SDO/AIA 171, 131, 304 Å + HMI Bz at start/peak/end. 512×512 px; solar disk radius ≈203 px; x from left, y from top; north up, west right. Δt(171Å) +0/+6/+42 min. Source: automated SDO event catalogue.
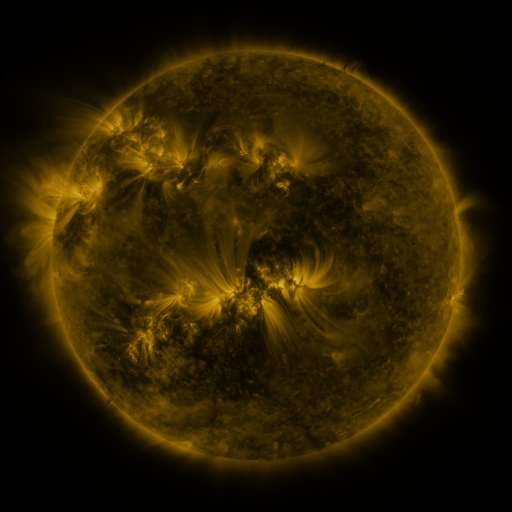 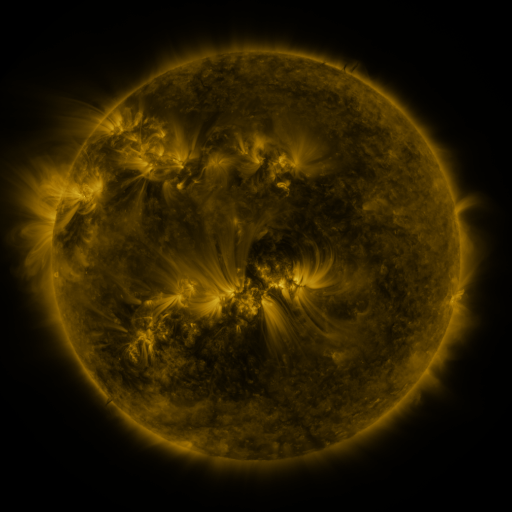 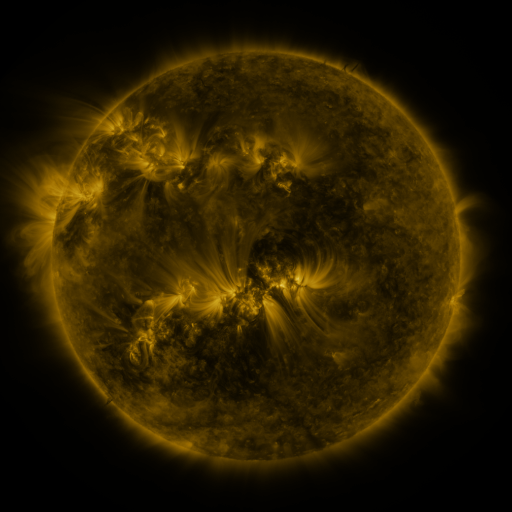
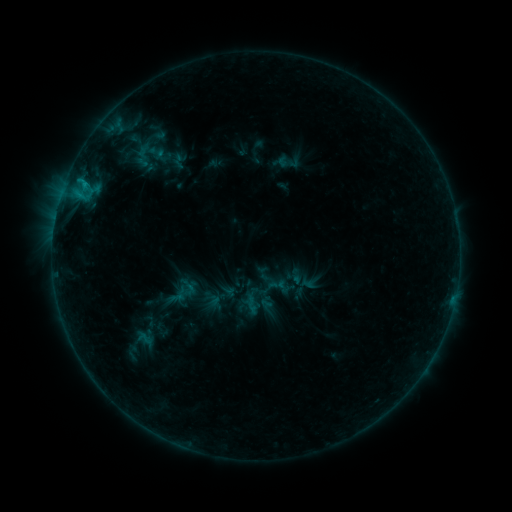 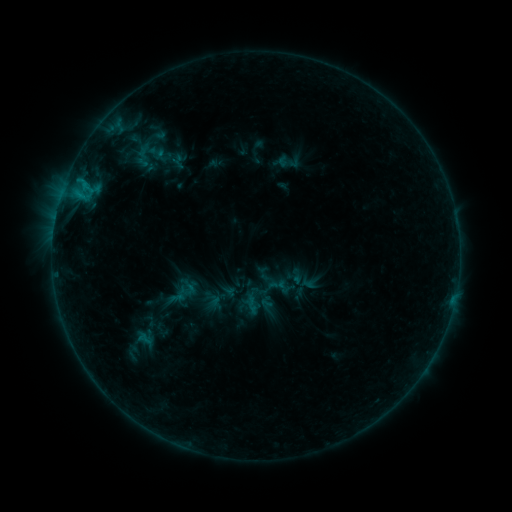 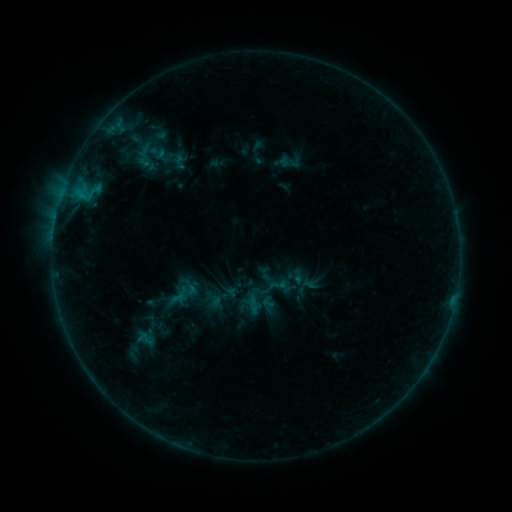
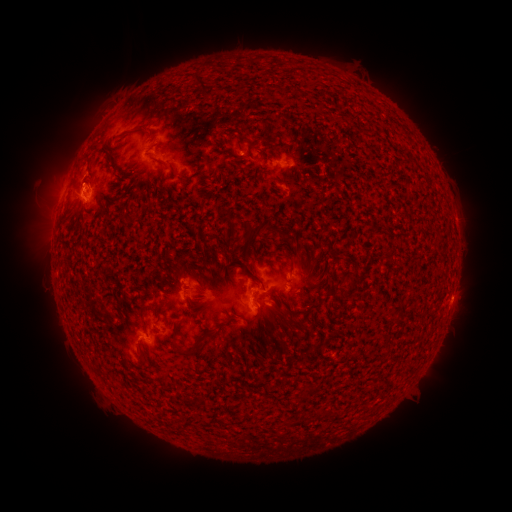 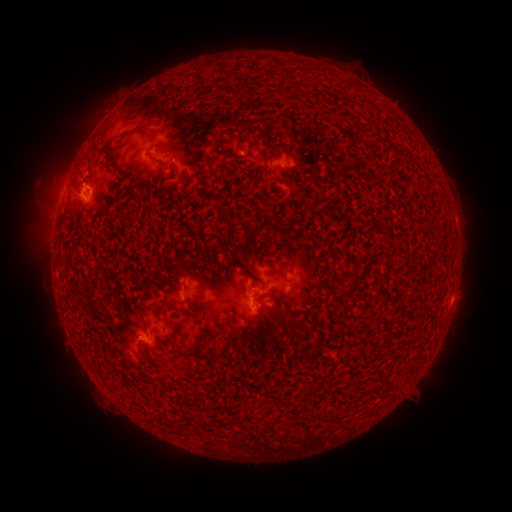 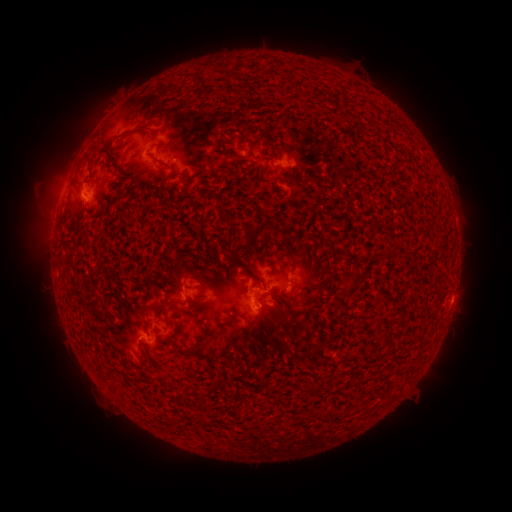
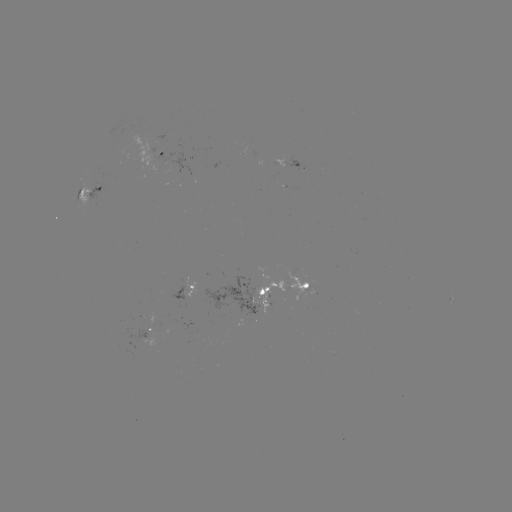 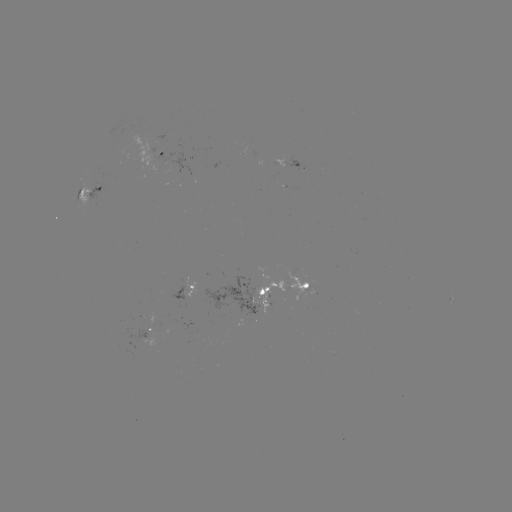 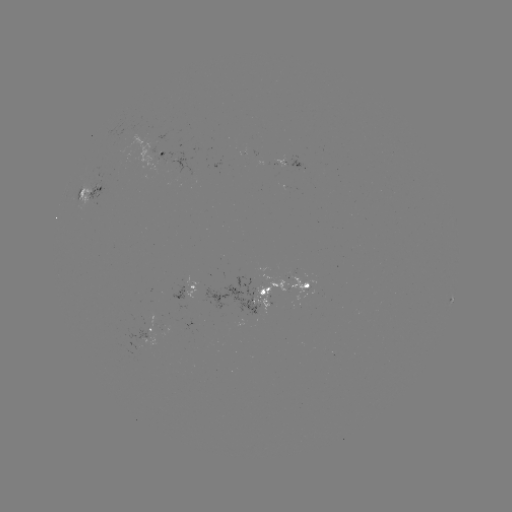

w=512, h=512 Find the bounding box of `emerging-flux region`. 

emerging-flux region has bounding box [201, 277, 259, 315].